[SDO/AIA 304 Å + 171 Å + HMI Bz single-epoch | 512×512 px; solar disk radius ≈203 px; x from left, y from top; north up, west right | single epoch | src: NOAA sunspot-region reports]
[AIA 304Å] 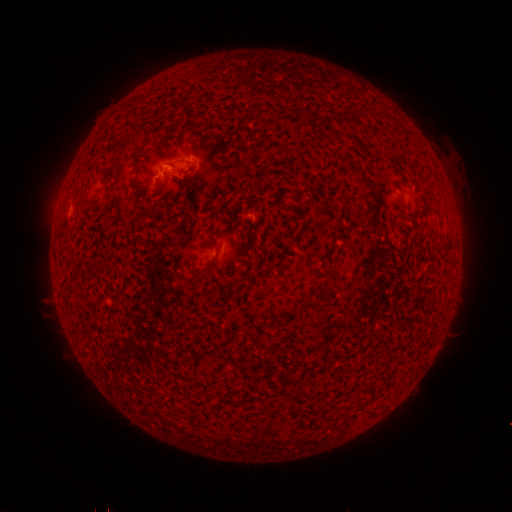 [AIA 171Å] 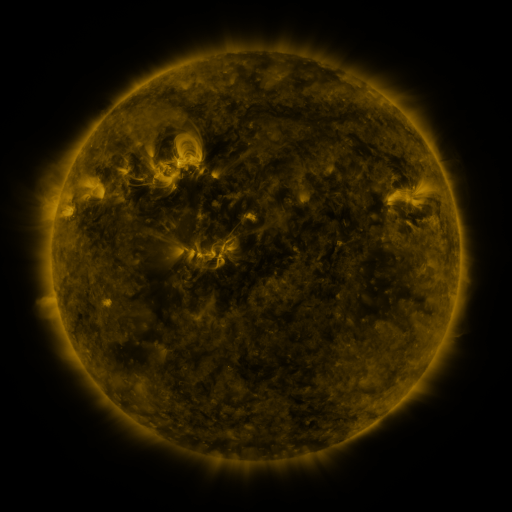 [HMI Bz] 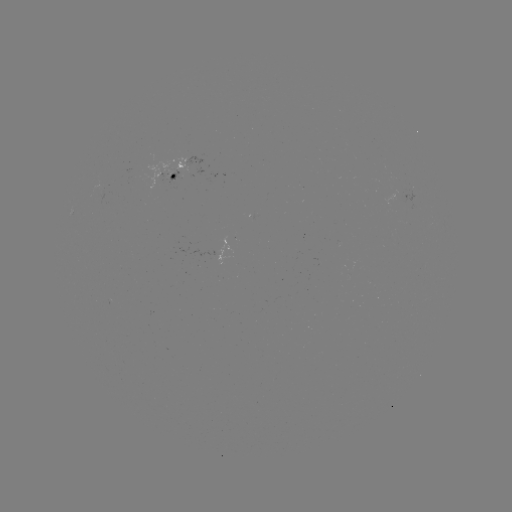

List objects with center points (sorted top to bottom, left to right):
spotted active region: (189, 170)
